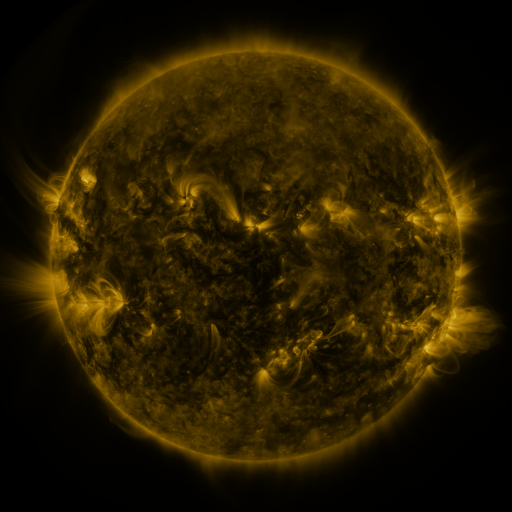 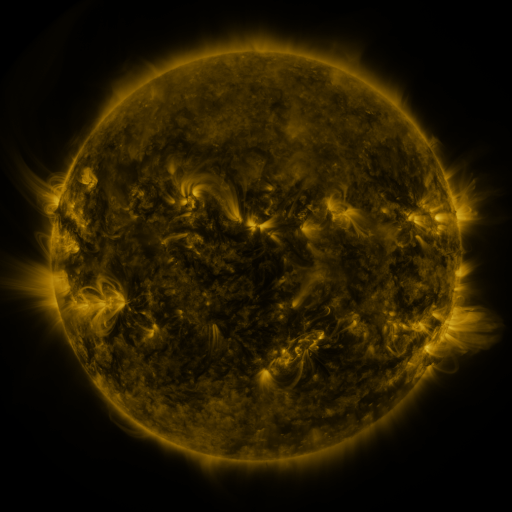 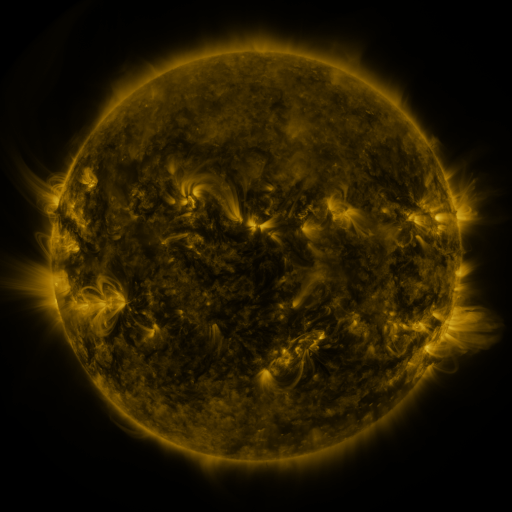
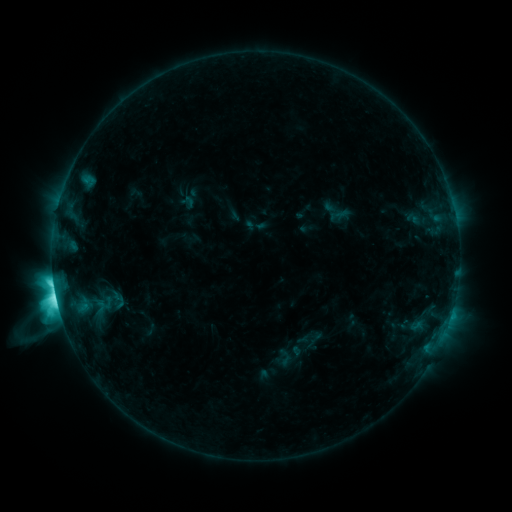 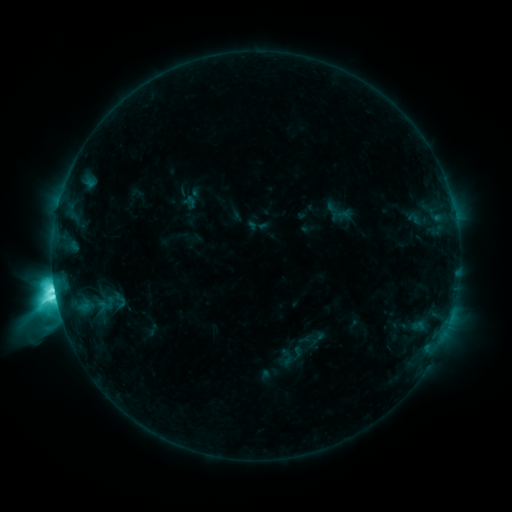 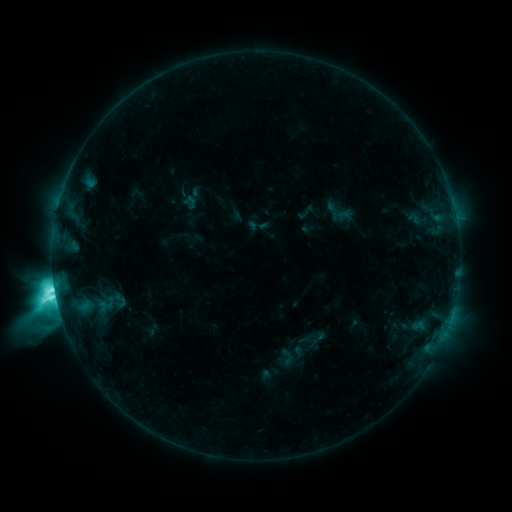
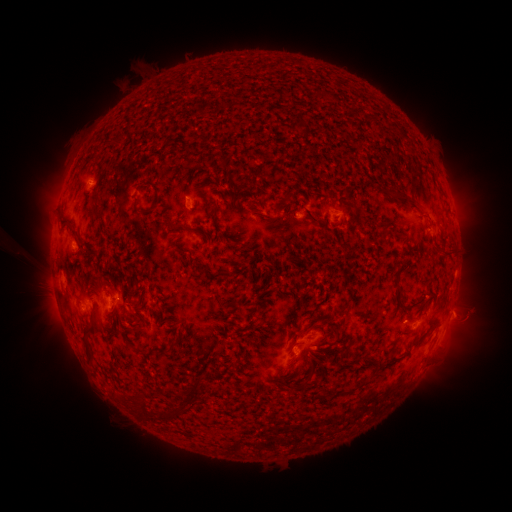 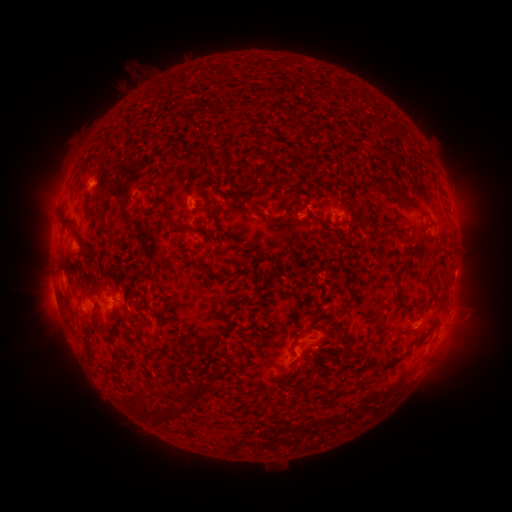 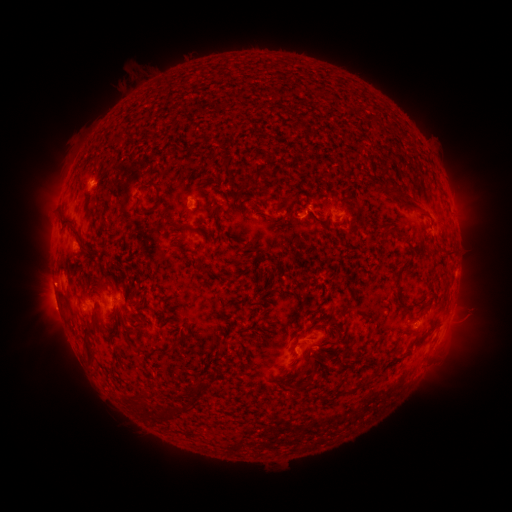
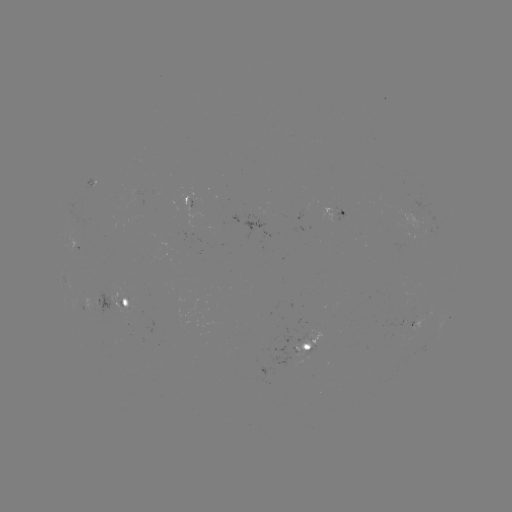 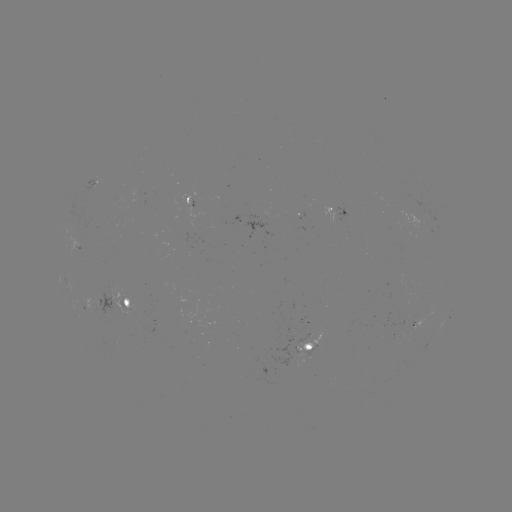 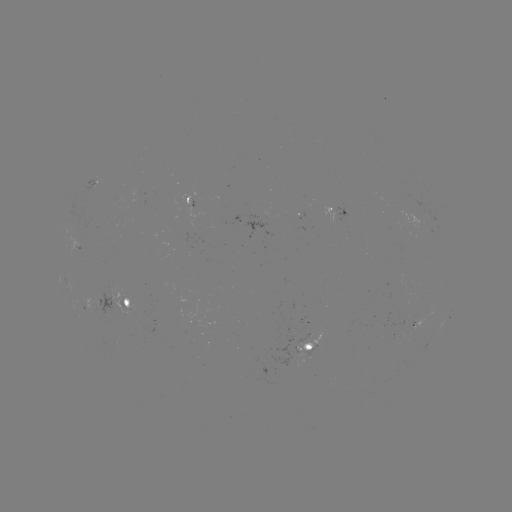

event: emerging-flux region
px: (188, 203)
